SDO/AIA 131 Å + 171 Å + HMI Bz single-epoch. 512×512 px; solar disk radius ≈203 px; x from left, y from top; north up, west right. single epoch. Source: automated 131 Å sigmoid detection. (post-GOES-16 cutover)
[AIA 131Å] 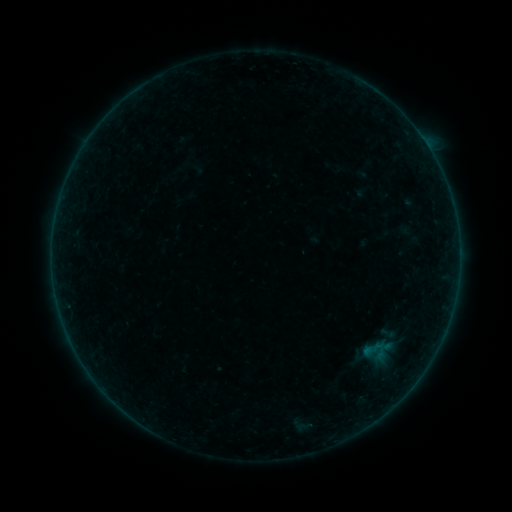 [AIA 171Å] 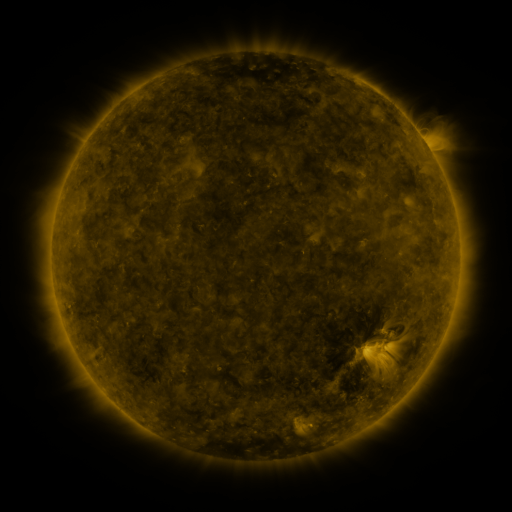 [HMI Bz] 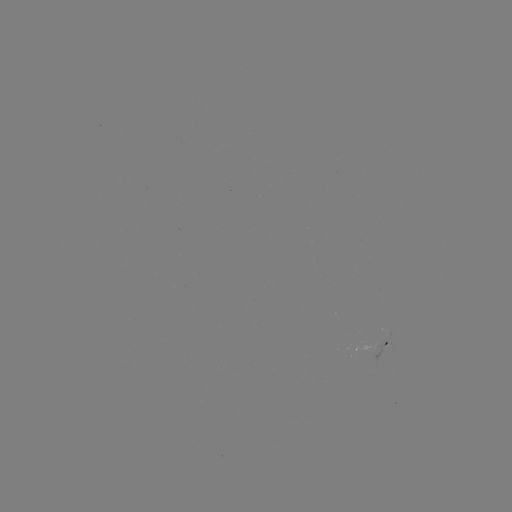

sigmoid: (362, 337, 388, 364)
